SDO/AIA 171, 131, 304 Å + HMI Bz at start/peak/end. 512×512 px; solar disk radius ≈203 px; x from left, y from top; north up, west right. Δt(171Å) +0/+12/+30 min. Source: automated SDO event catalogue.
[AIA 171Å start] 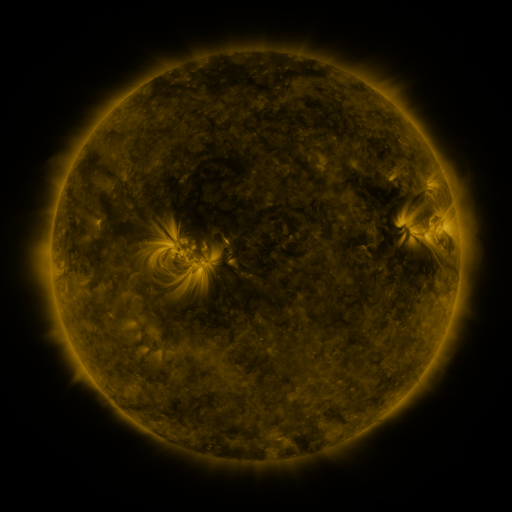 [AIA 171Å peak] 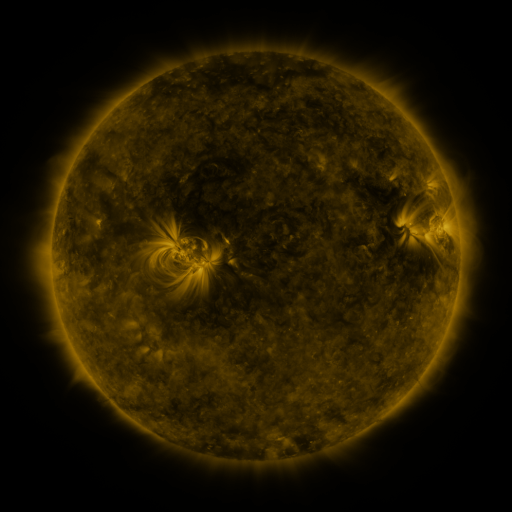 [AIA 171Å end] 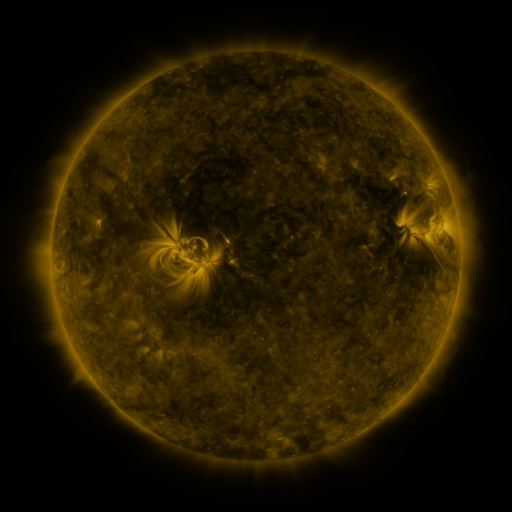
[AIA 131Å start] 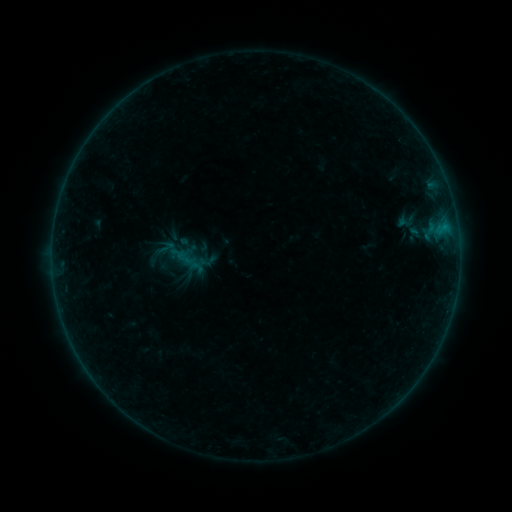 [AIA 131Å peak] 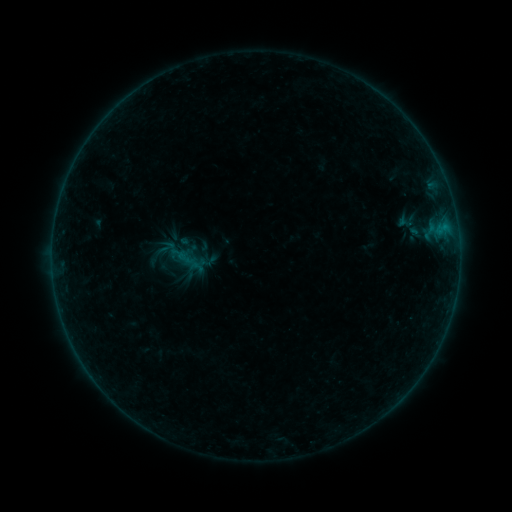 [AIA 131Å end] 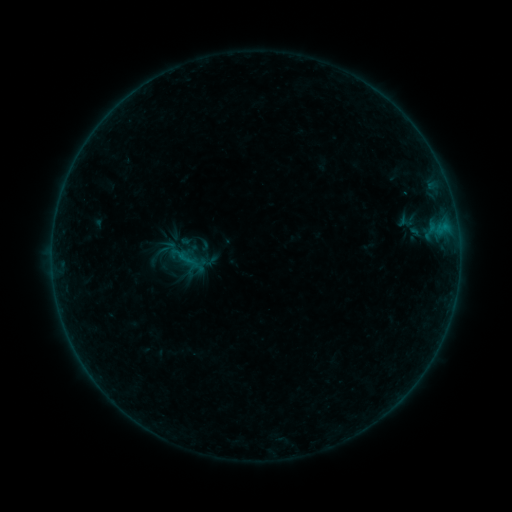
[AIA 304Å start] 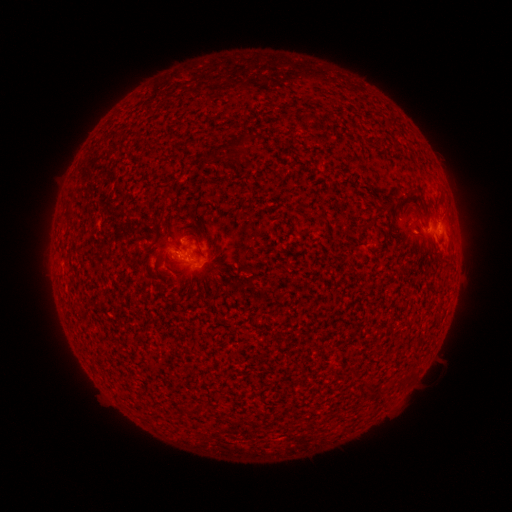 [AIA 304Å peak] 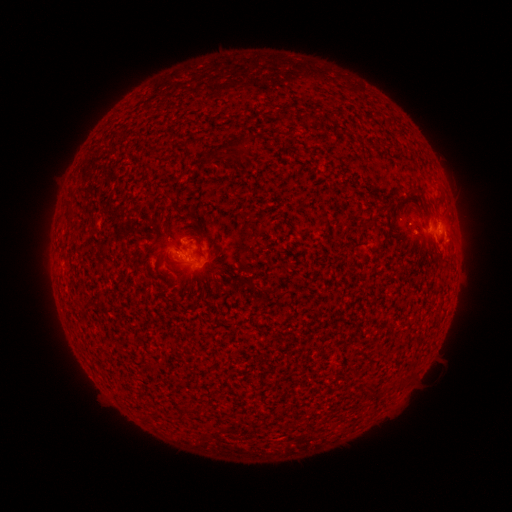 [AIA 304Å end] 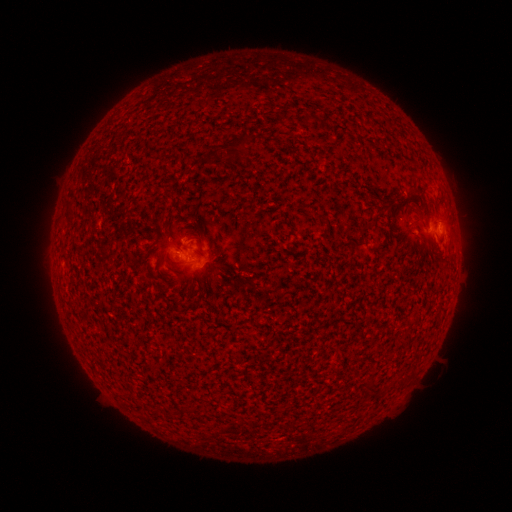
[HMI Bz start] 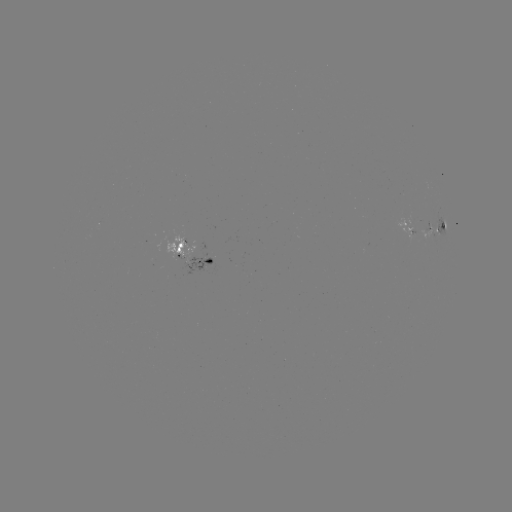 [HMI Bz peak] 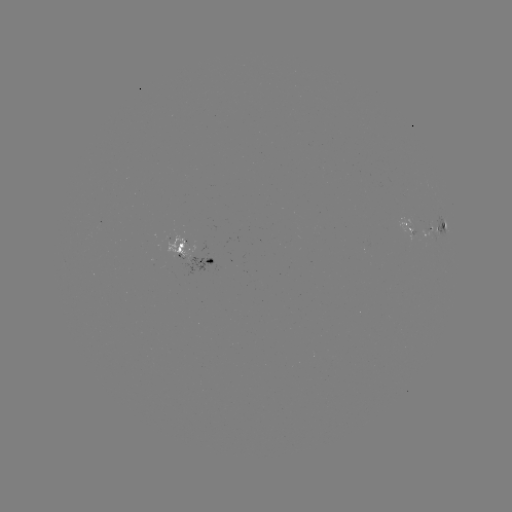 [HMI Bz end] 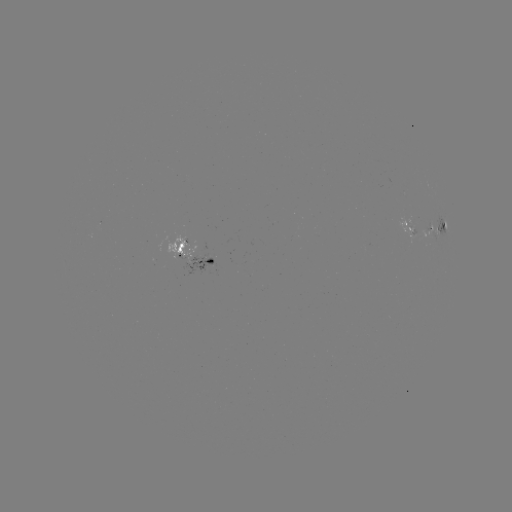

nothing was catalogued: no classed flare, no EUV trigger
